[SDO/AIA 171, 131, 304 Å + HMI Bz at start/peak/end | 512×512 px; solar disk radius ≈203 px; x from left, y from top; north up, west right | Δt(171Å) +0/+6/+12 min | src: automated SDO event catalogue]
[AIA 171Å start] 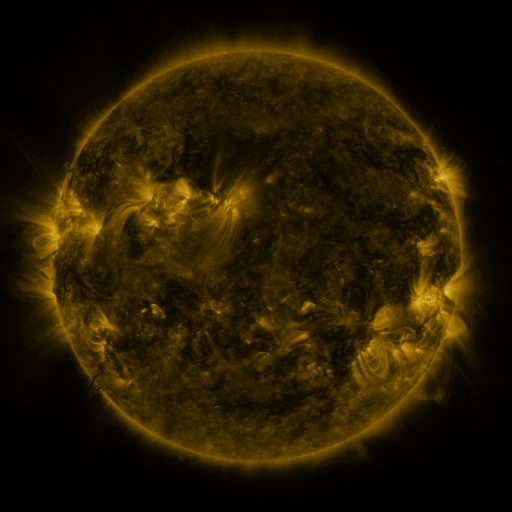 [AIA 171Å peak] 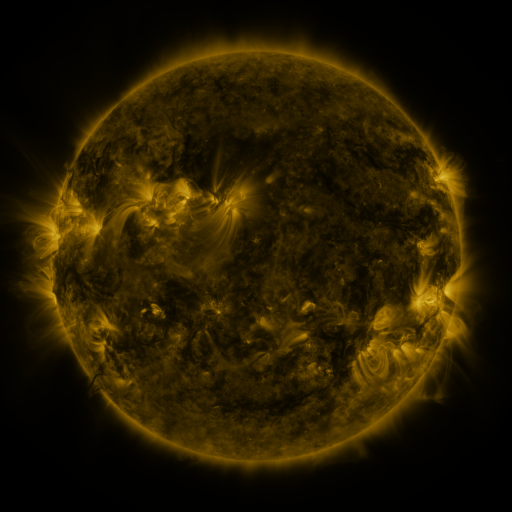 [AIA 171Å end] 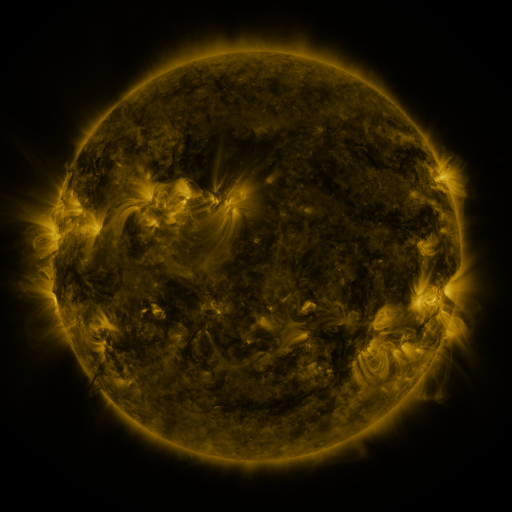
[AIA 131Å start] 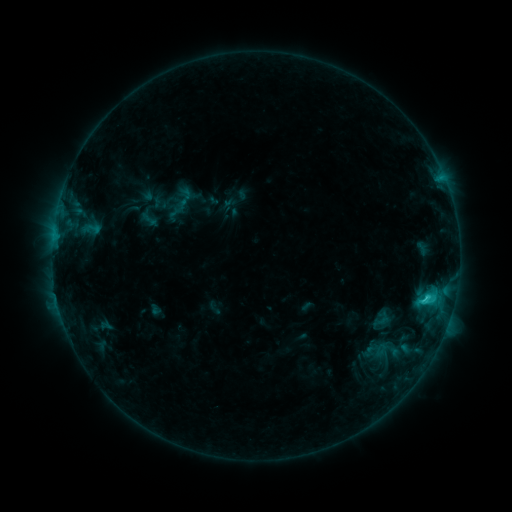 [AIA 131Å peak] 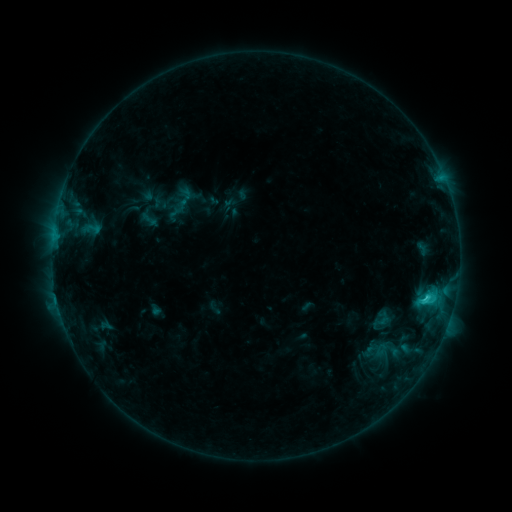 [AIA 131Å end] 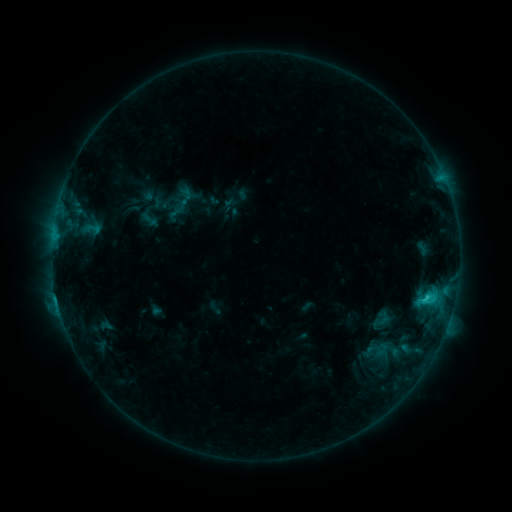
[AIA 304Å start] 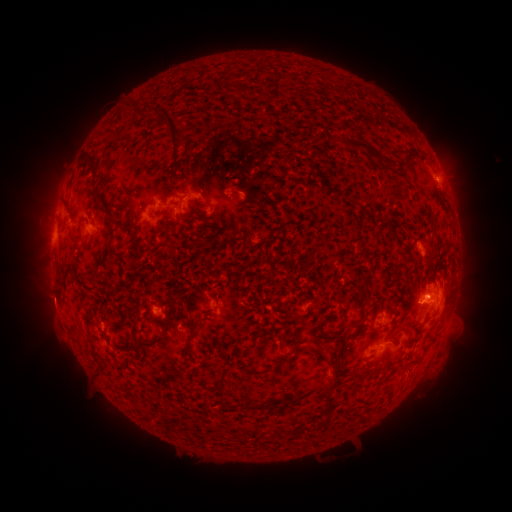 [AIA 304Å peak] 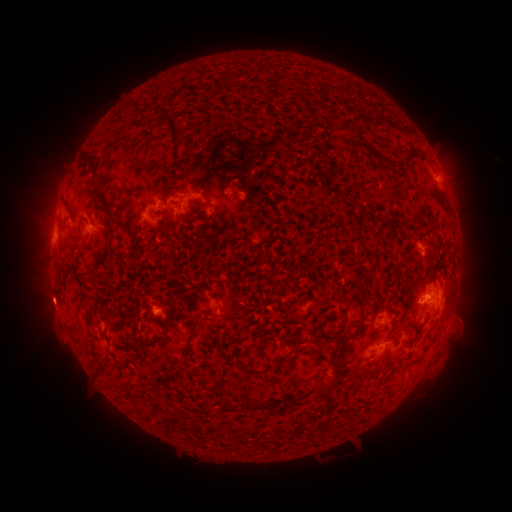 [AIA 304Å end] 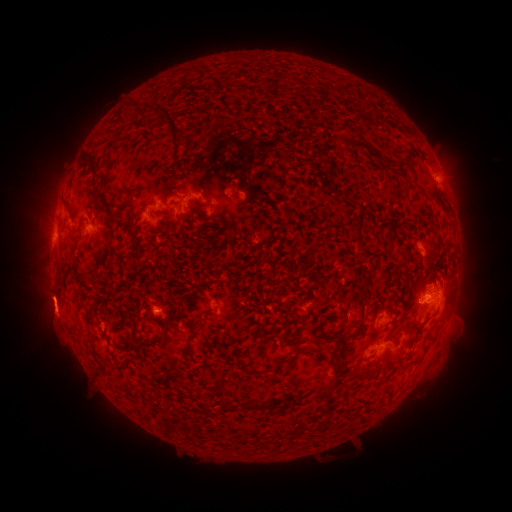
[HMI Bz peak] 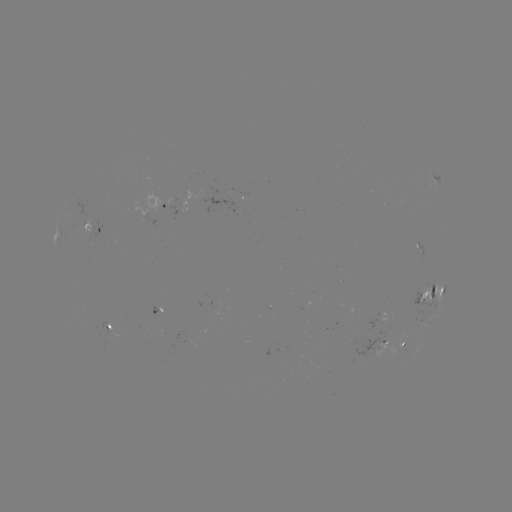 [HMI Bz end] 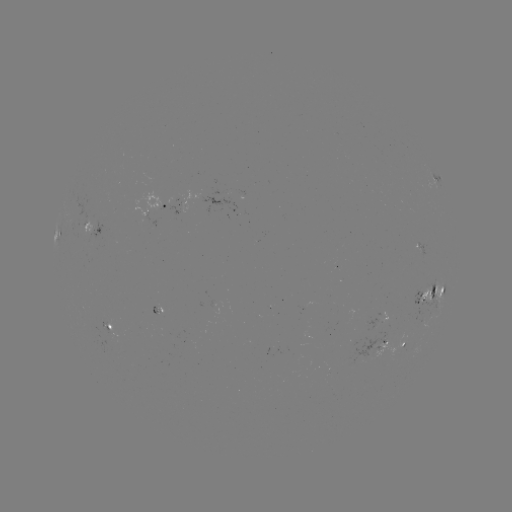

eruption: (23, 277, 77, 329)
